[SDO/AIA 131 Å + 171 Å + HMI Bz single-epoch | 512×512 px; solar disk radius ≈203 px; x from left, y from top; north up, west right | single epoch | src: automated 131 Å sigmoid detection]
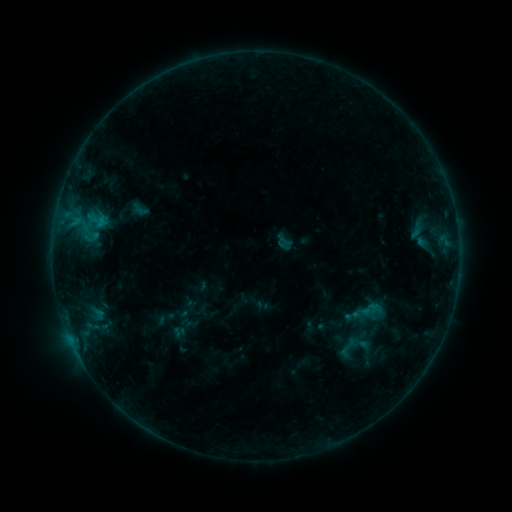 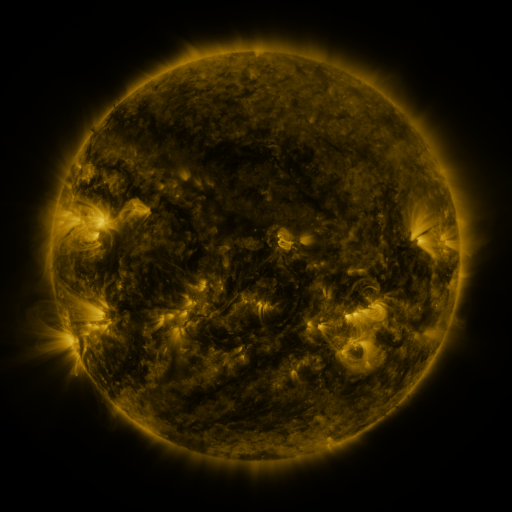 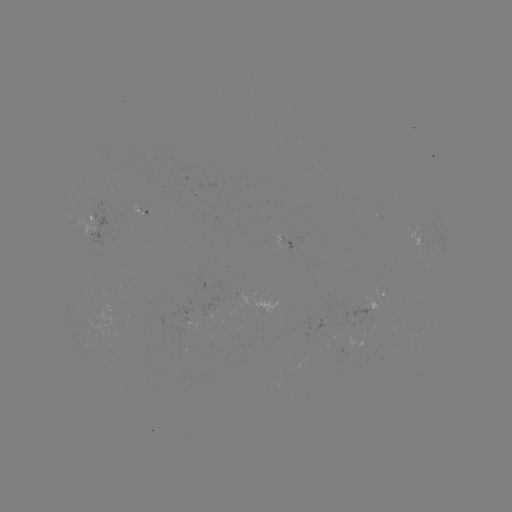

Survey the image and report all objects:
sigmoid: <bbox>336, 336, 359, 360</bbox>
